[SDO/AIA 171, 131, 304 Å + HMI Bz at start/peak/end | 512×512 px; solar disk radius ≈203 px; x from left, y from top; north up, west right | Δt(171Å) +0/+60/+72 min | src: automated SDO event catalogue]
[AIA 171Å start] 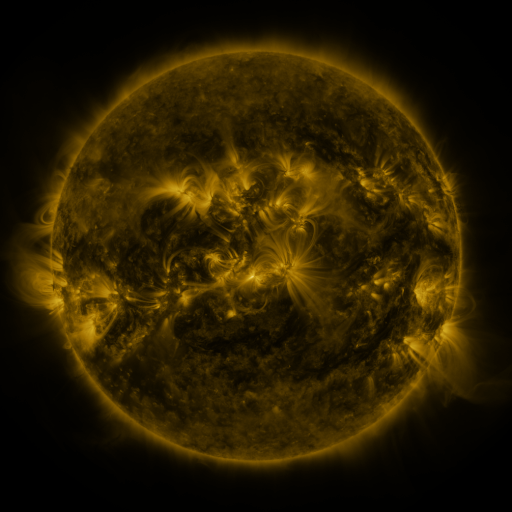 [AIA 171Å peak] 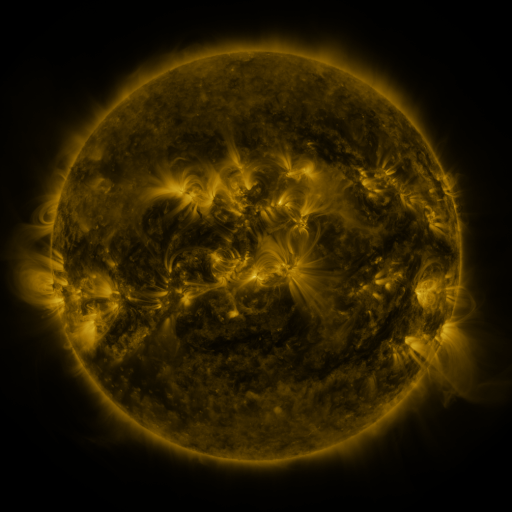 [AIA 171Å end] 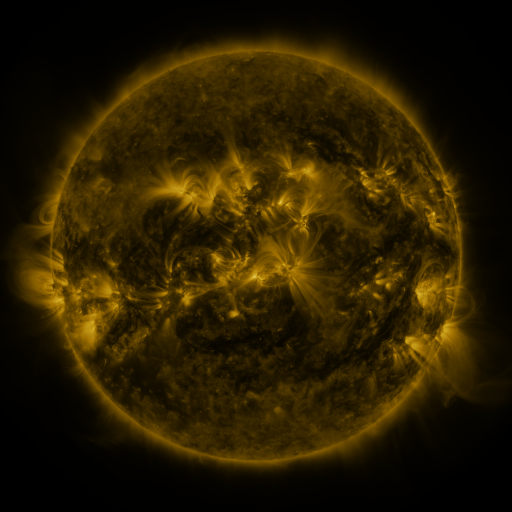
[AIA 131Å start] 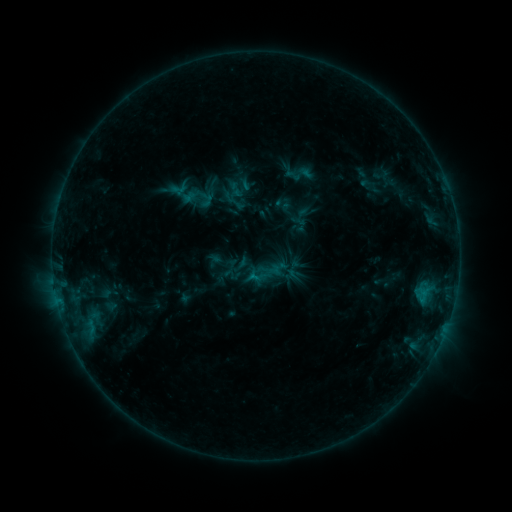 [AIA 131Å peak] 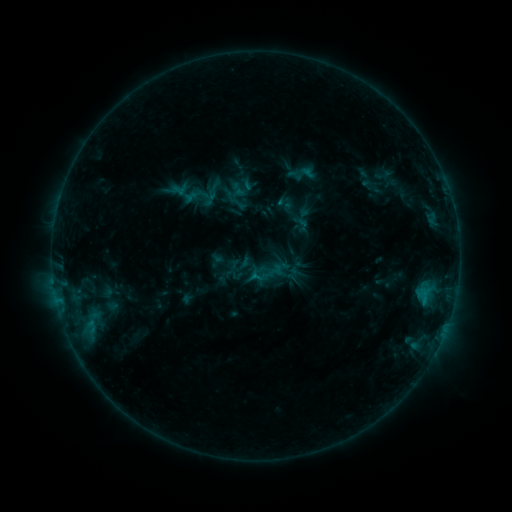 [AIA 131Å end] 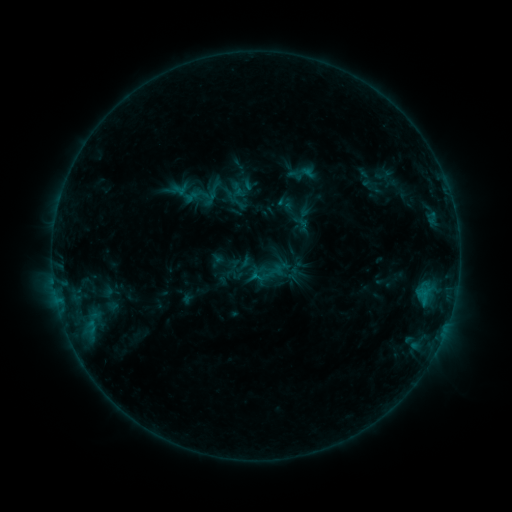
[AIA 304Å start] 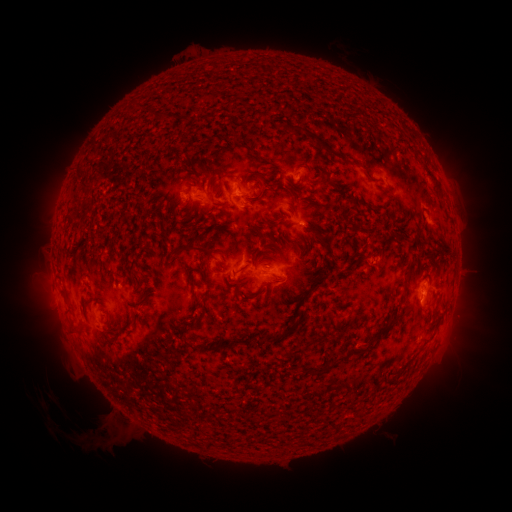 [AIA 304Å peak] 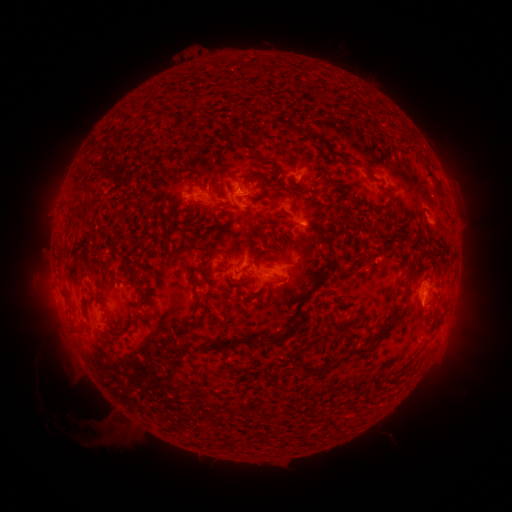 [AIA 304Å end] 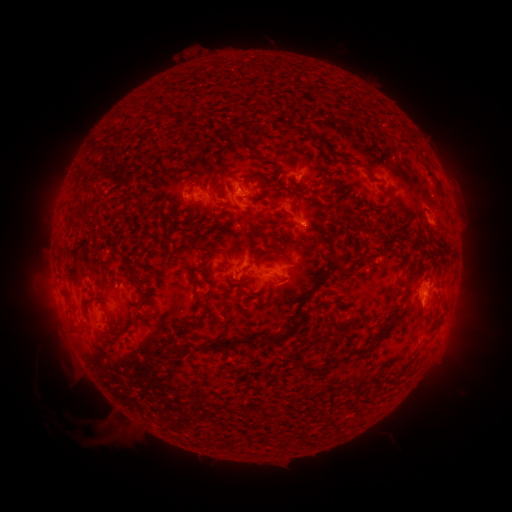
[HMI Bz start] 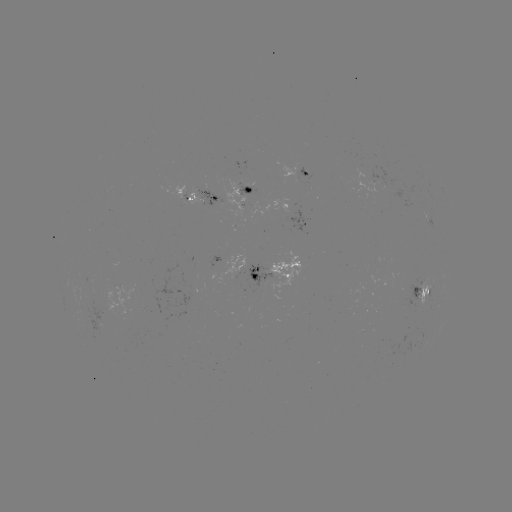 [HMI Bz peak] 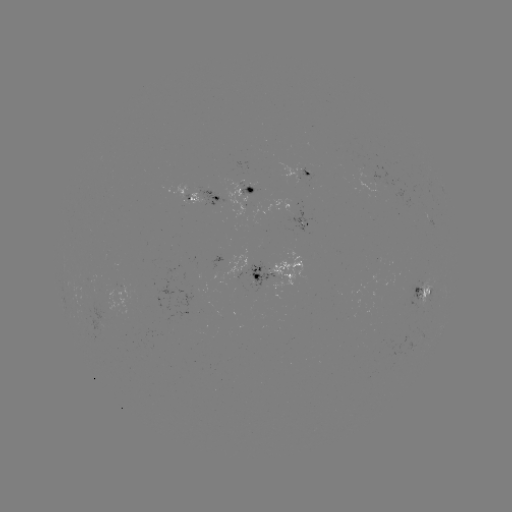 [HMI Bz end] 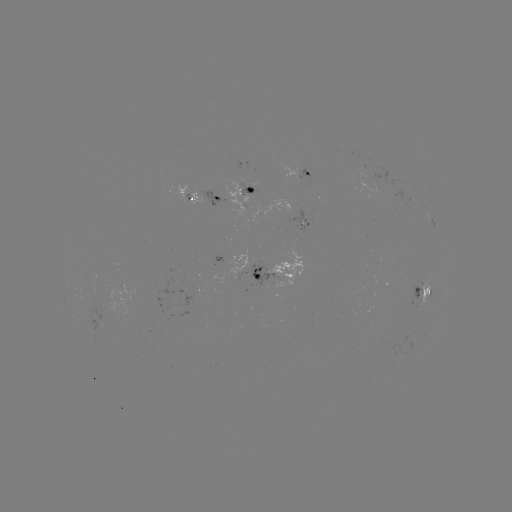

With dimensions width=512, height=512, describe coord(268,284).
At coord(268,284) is emerging-flux region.